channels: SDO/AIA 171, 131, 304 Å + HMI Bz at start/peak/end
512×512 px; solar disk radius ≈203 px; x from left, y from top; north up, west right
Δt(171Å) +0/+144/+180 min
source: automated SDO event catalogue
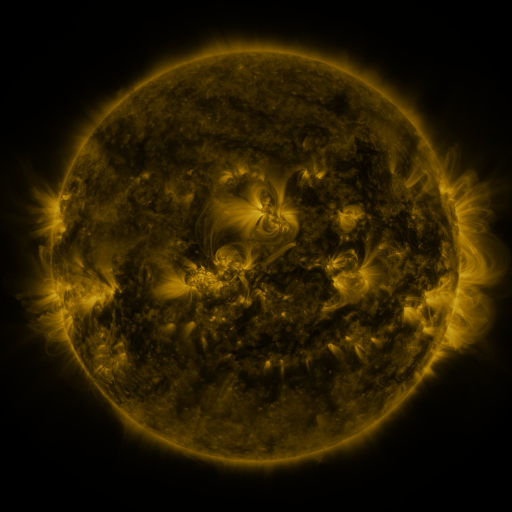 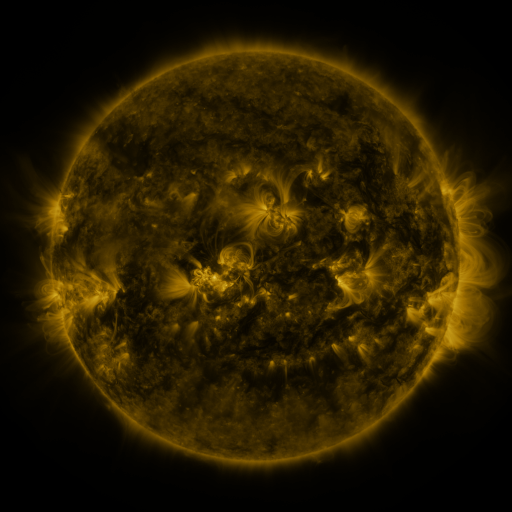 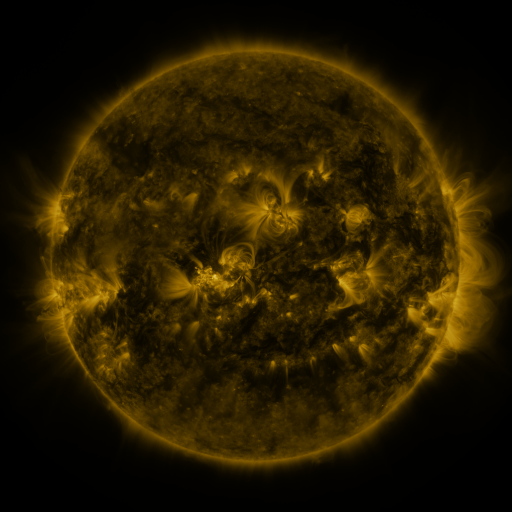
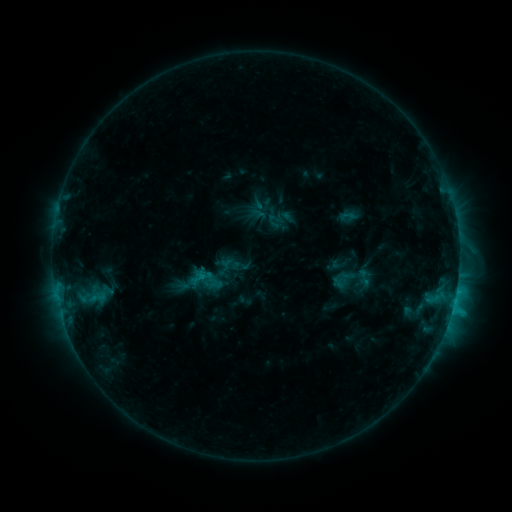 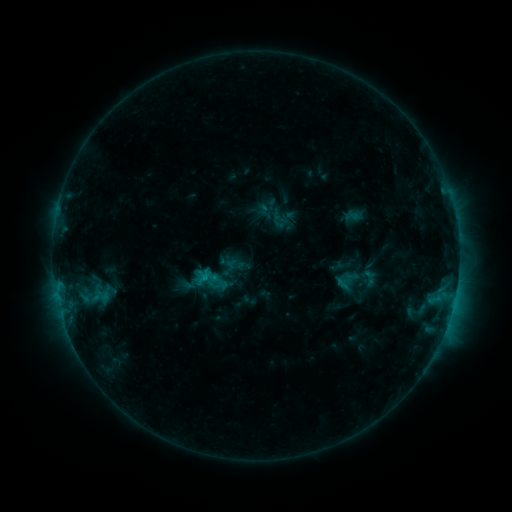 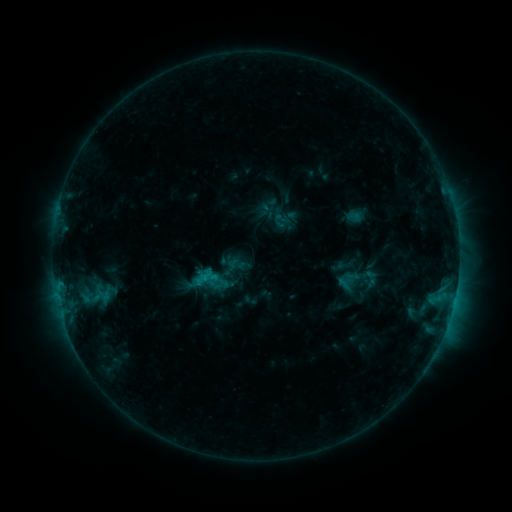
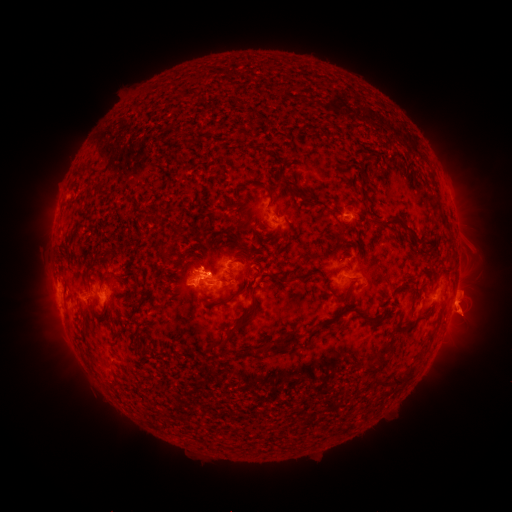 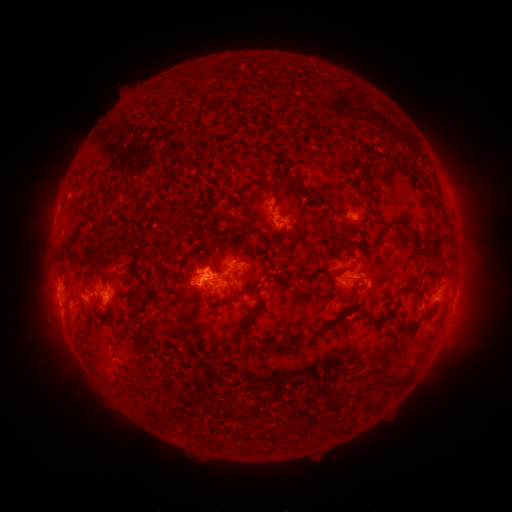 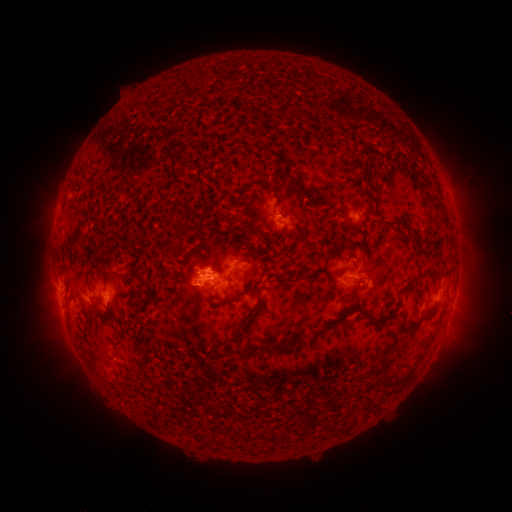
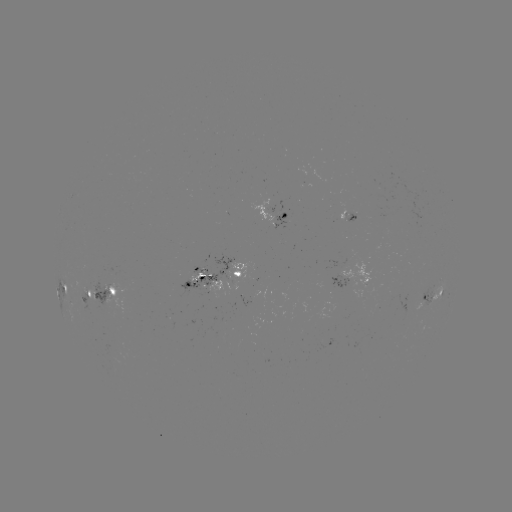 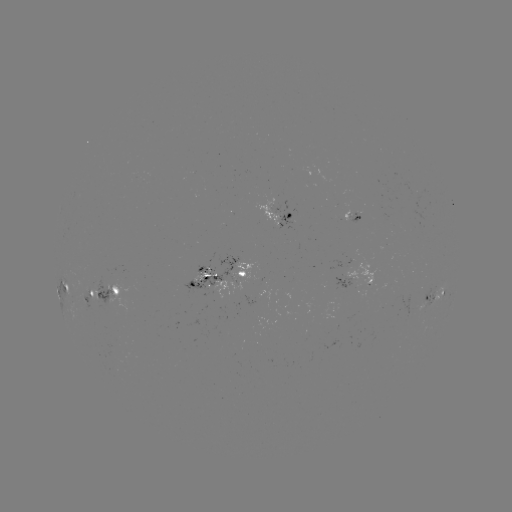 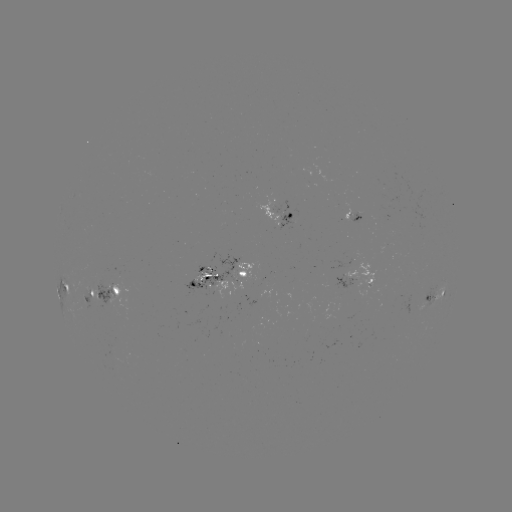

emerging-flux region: <bbox>347, 209, 361, 224</bbox>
